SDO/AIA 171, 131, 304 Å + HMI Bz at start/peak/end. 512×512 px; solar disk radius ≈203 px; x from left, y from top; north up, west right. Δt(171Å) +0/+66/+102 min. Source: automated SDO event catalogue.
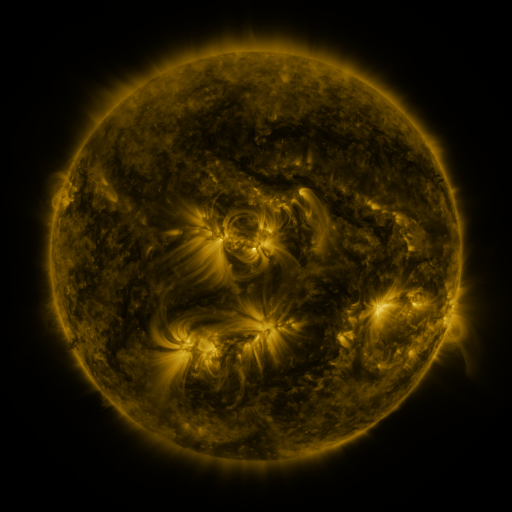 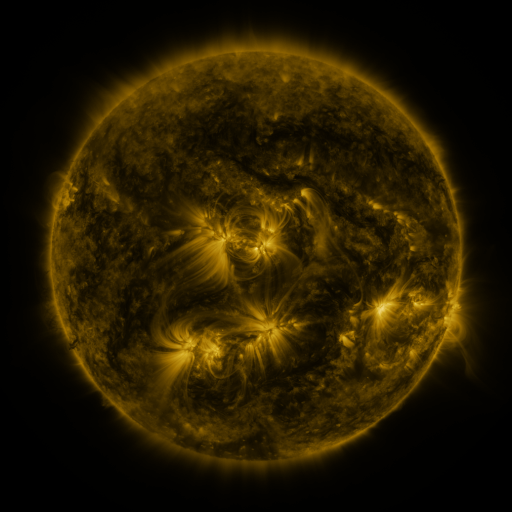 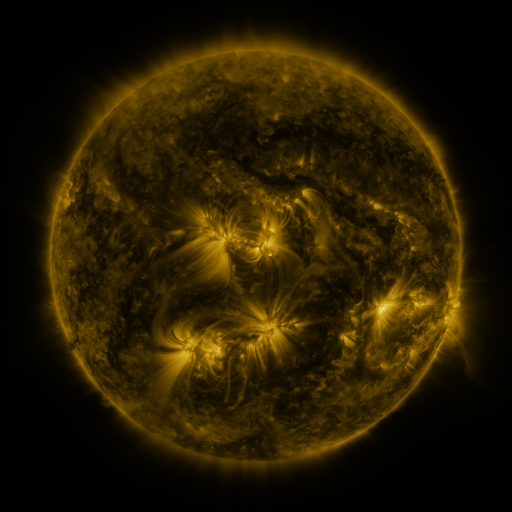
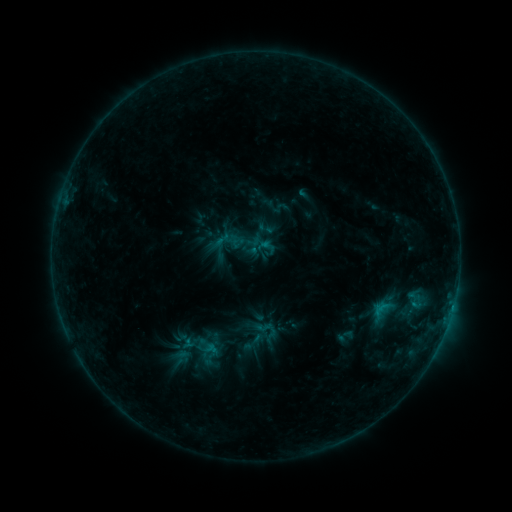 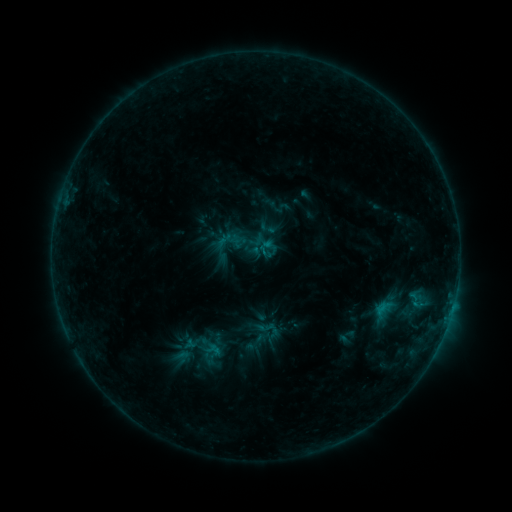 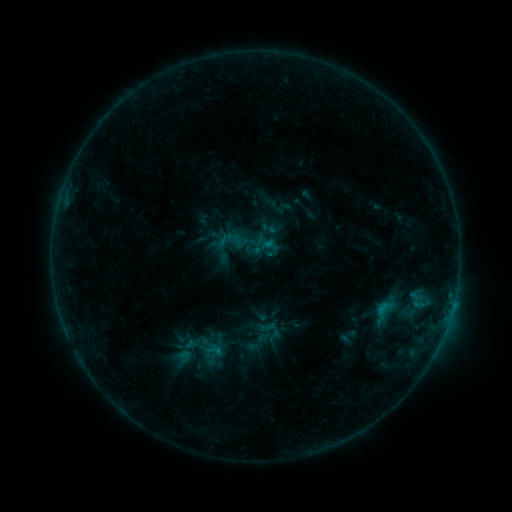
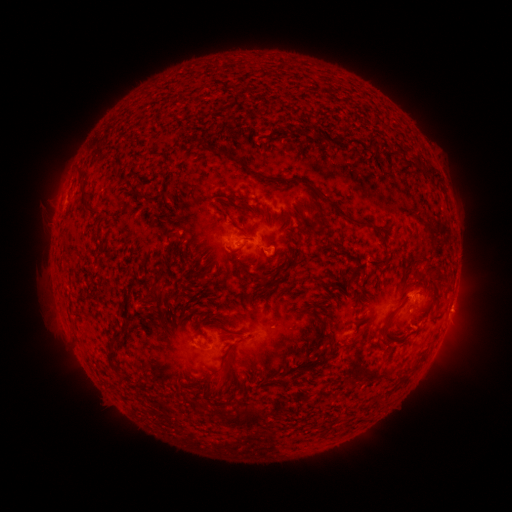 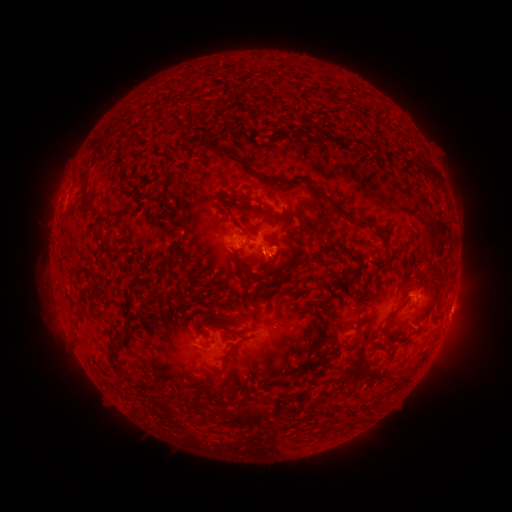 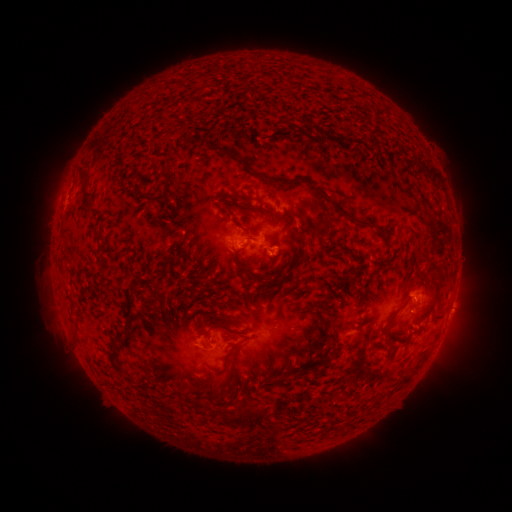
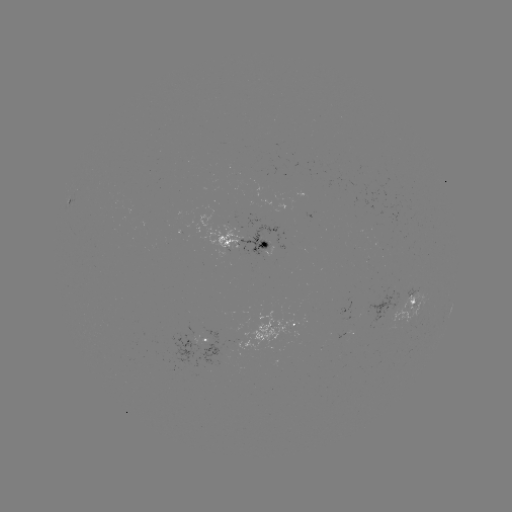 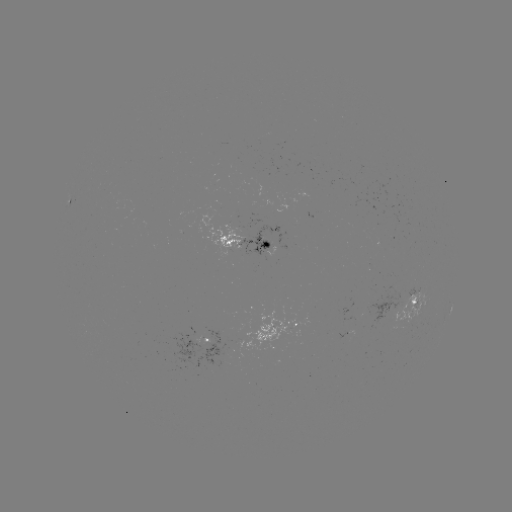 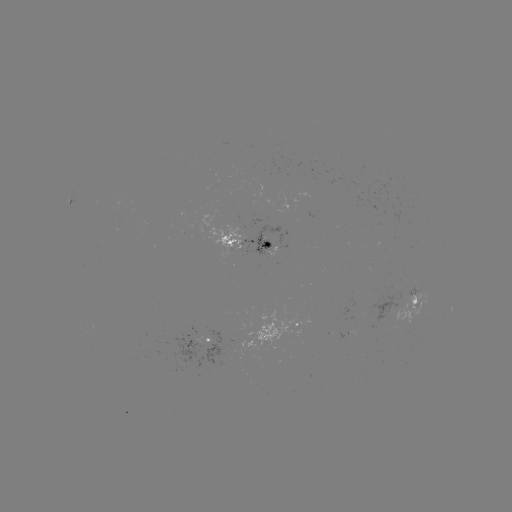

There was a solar emerging-flux region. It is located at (413, 316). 